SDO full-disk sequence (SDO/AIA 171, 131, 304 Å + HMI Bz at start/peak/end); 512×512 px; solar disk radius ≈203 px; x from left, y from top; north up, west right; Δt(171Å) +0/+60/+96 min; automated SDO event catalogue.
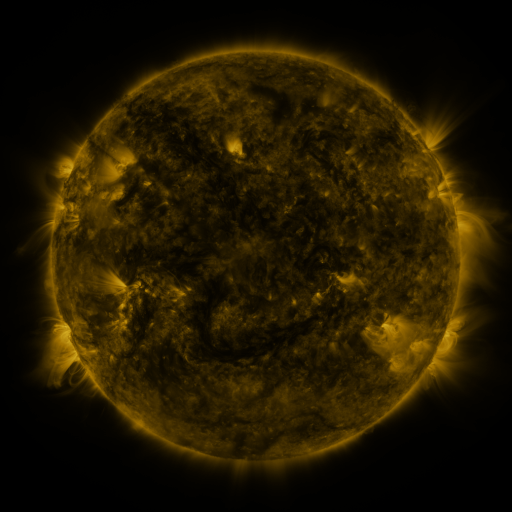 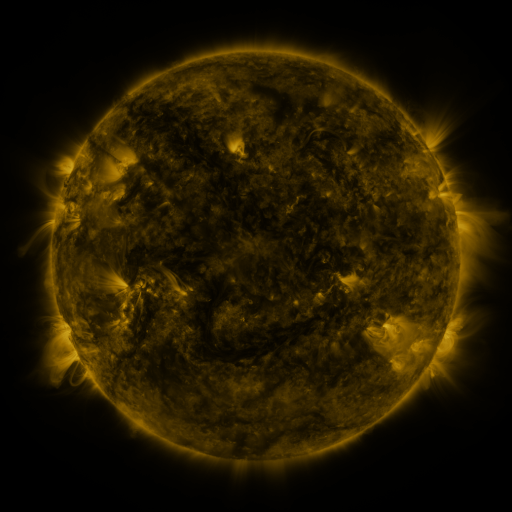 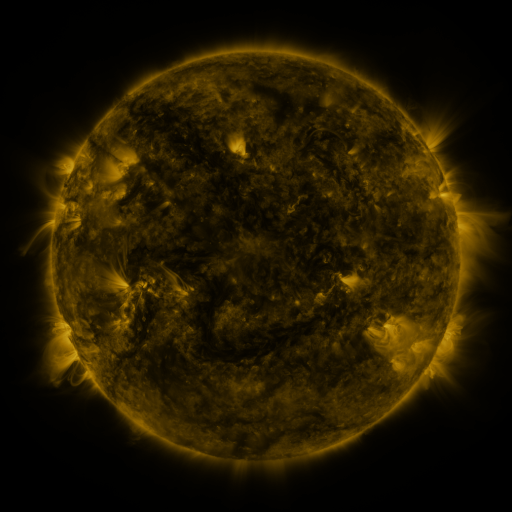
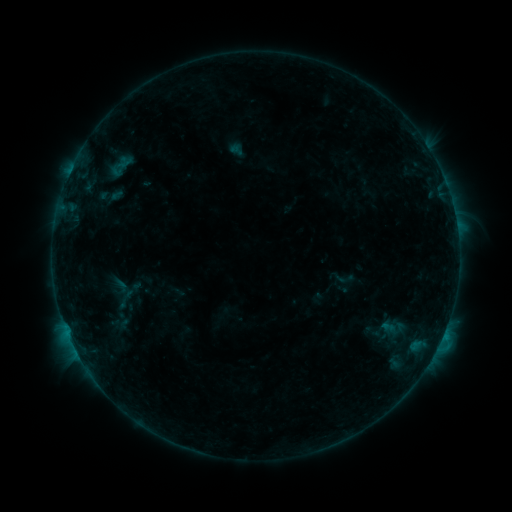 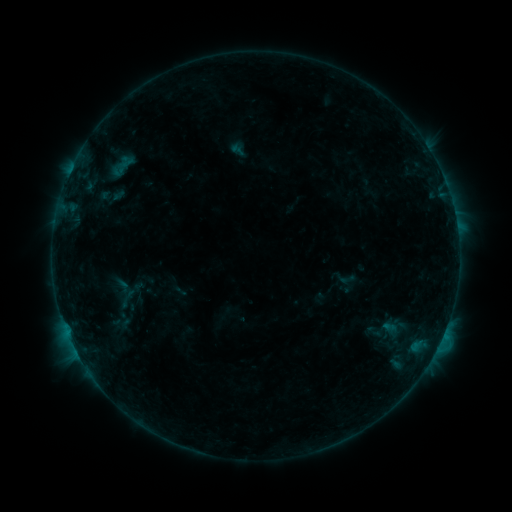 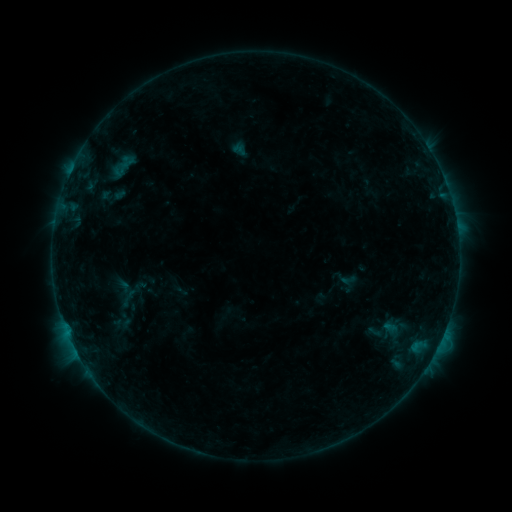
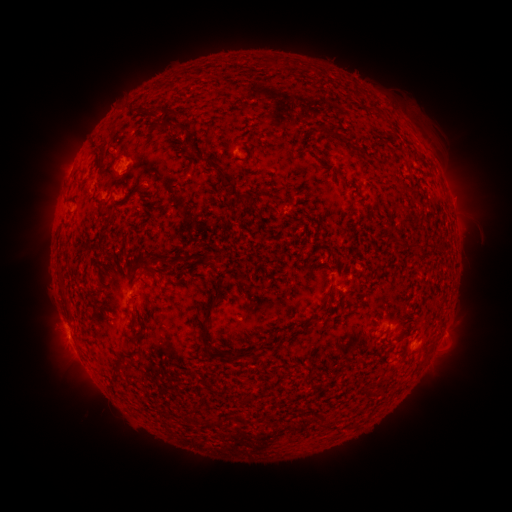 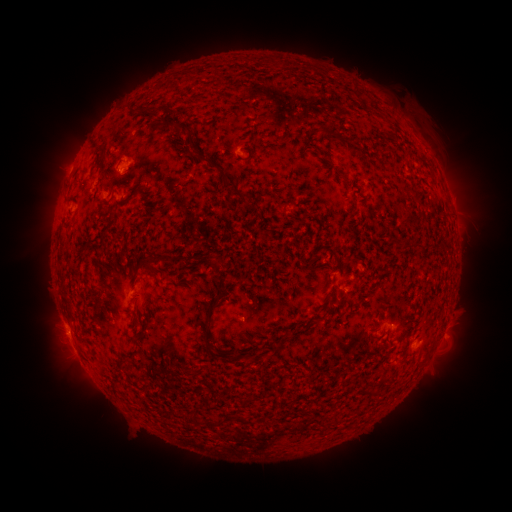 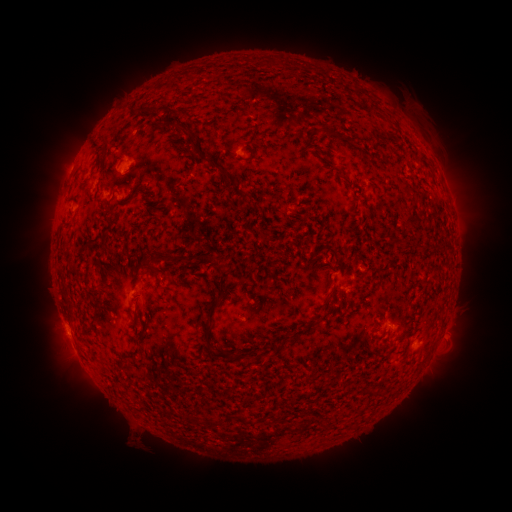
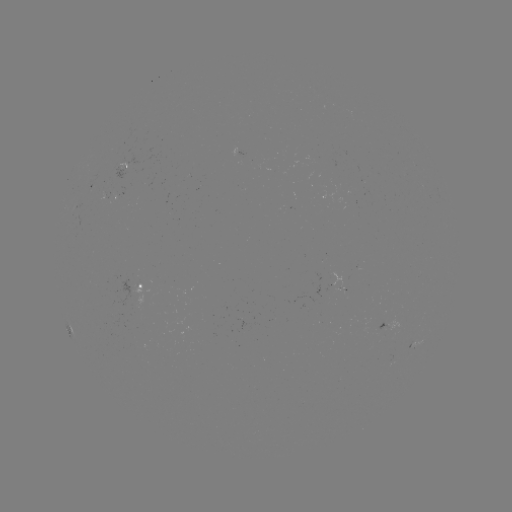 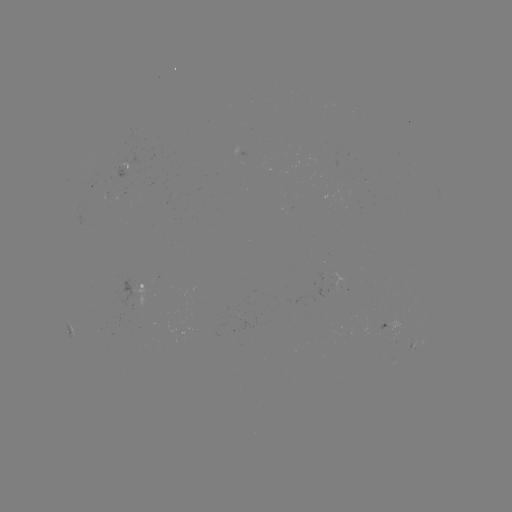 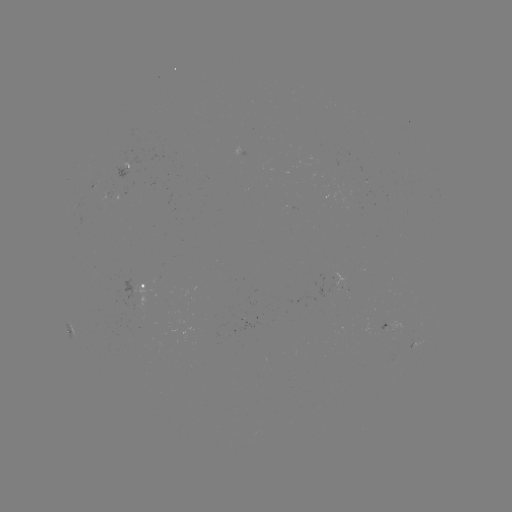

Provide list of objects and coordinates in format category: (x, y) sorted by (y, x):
emerging-flux region: (116, 320)
